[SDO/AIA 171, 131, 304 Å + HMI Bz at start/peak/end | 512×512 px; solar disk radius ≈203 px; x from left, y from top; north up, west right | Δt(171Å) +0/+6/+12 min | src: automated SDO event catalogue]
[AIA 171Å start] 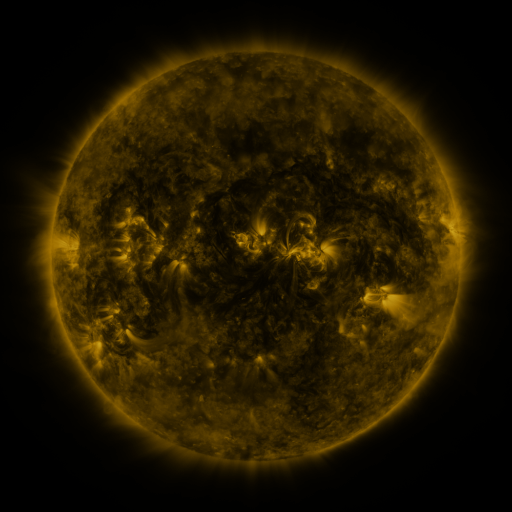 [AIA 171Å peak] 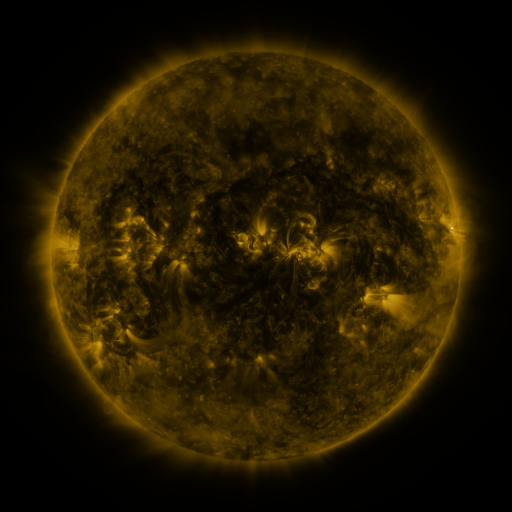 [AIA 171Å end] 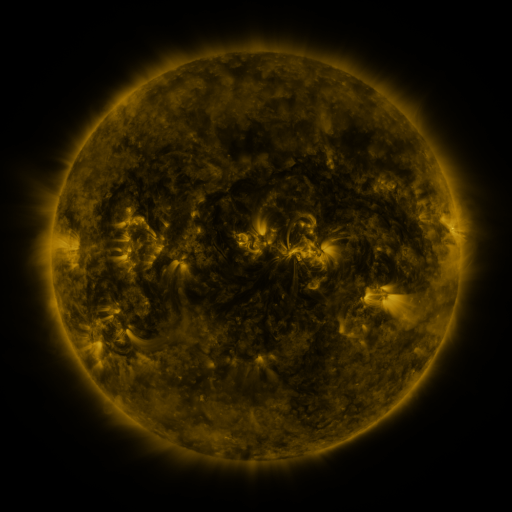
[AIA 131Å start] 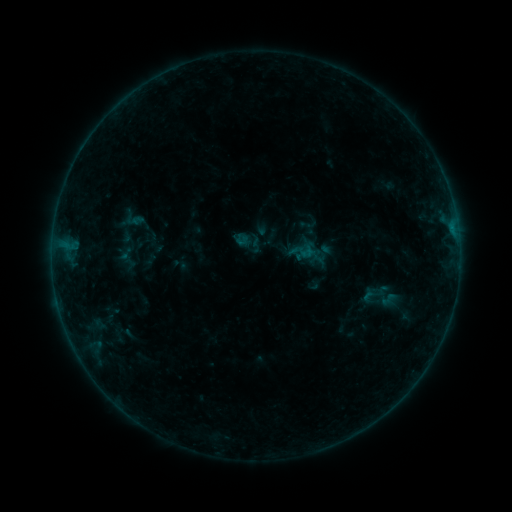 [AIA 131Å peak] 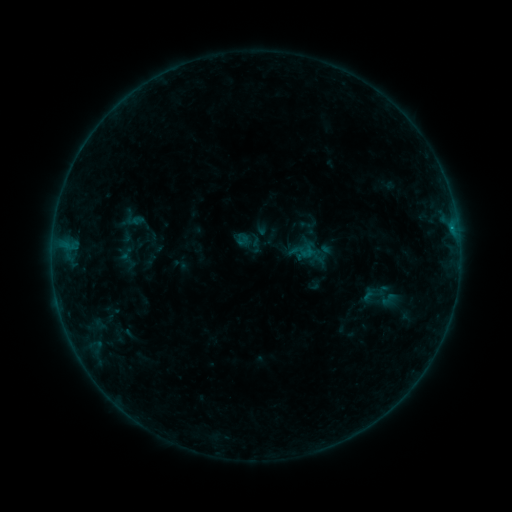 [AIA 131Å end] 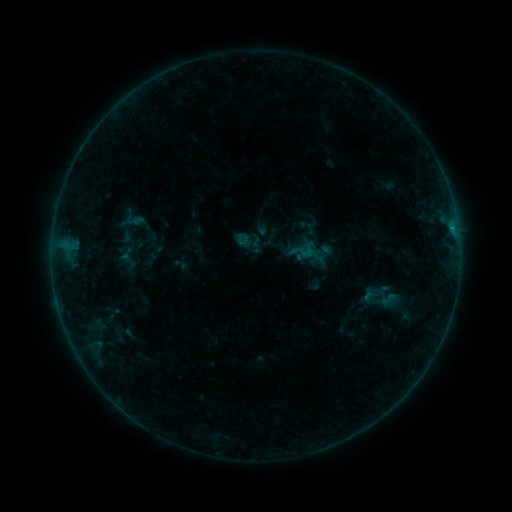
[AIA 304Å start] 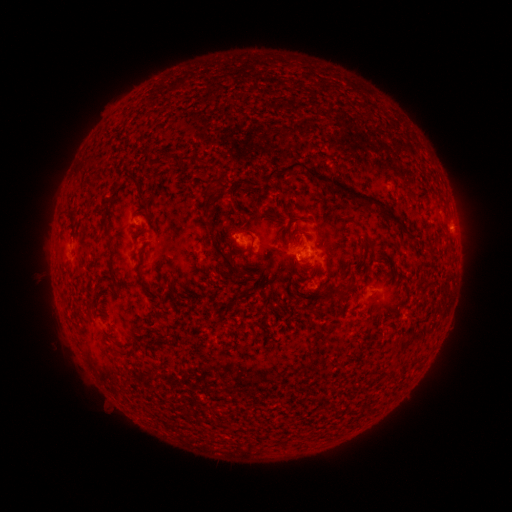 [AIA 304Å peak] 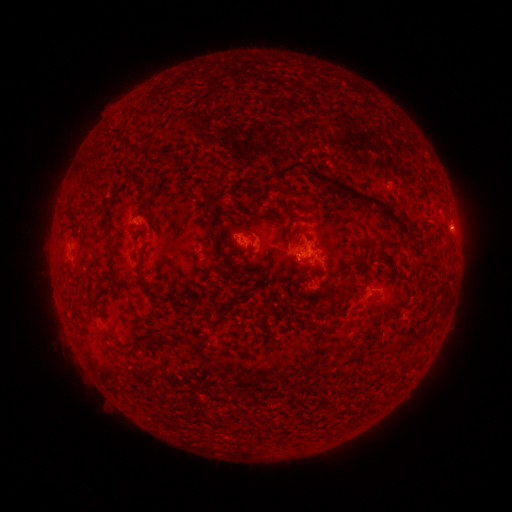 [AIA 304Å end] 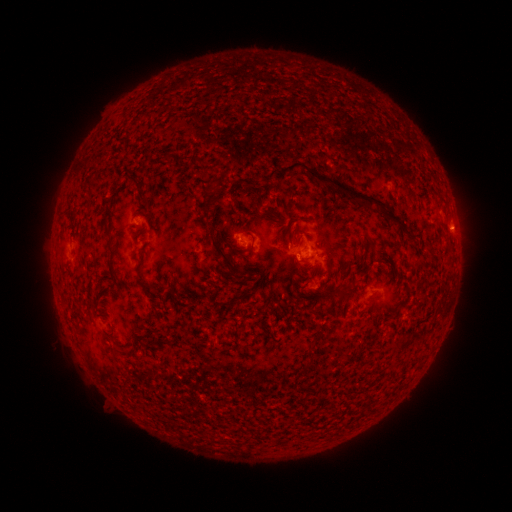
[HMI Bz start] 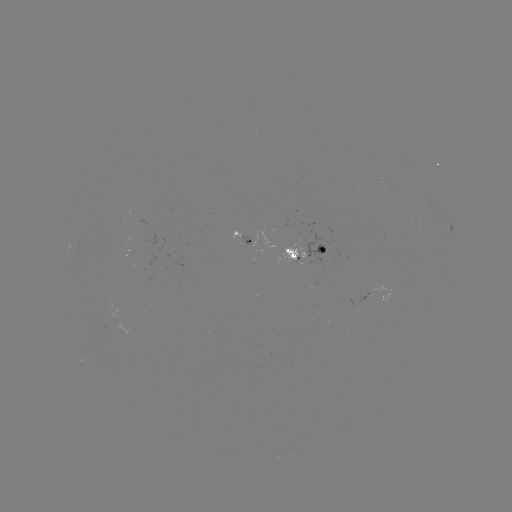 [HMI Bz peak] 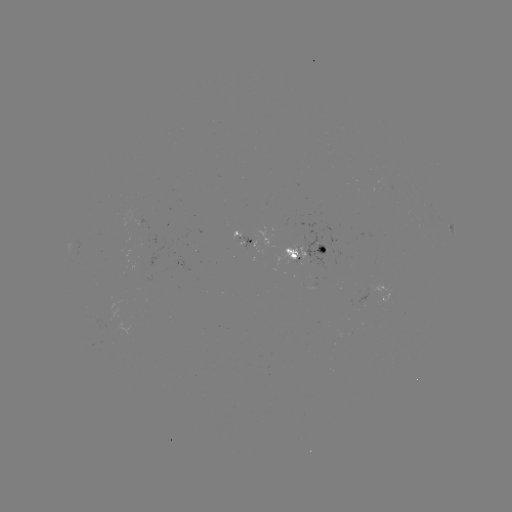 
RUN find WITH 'B2.3 flare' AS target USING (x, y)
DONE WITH (451, 230) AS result